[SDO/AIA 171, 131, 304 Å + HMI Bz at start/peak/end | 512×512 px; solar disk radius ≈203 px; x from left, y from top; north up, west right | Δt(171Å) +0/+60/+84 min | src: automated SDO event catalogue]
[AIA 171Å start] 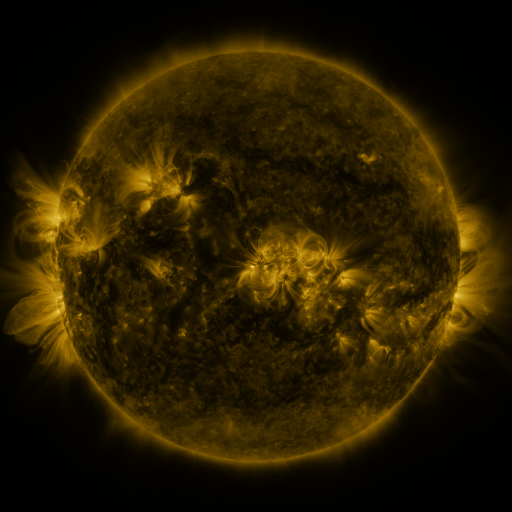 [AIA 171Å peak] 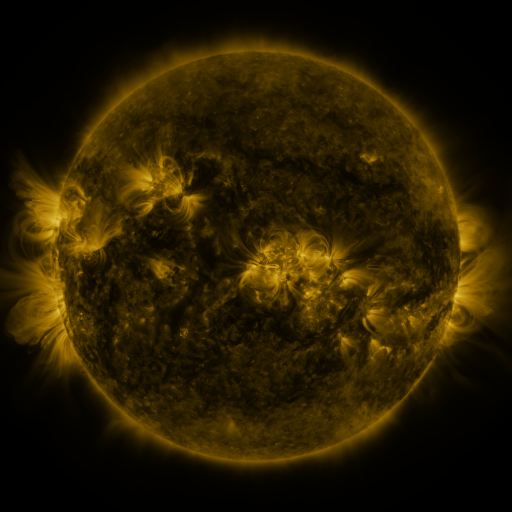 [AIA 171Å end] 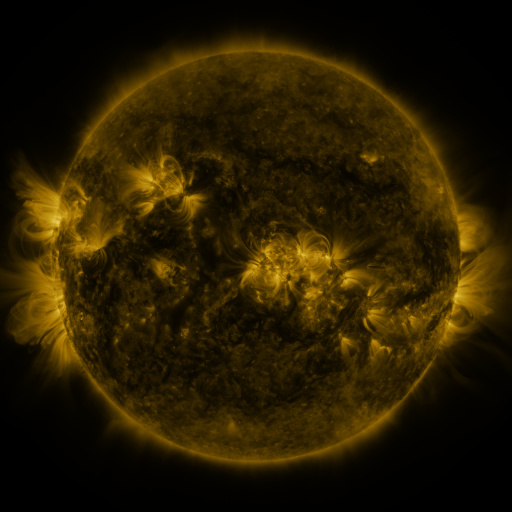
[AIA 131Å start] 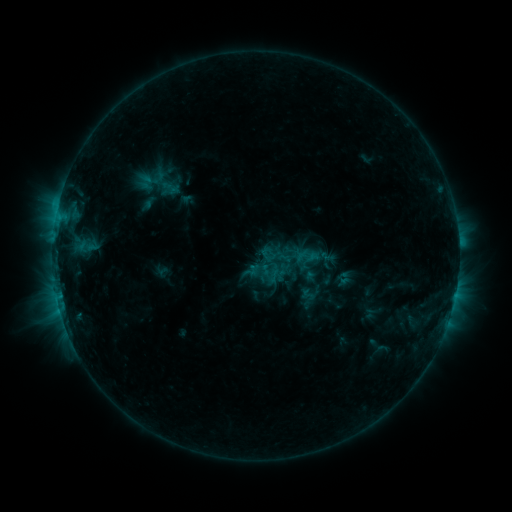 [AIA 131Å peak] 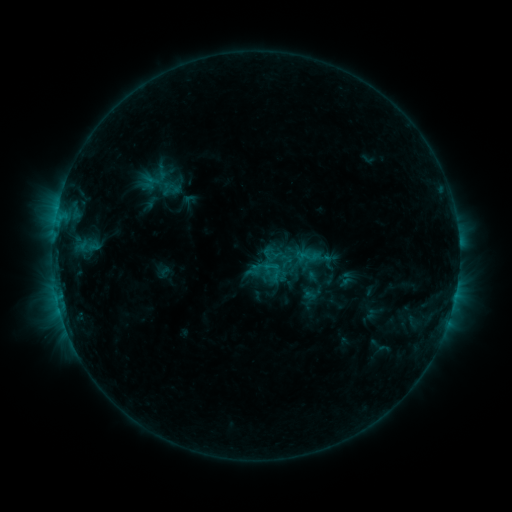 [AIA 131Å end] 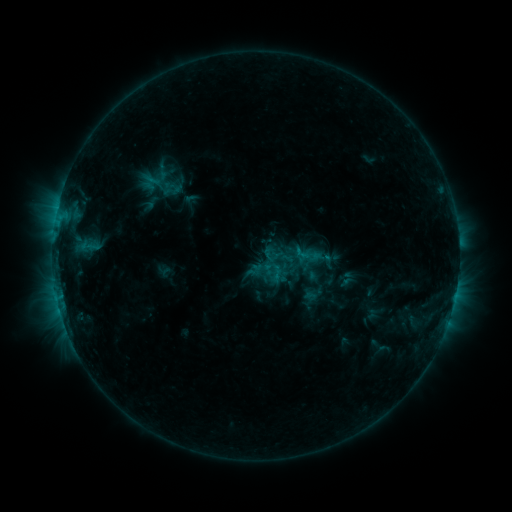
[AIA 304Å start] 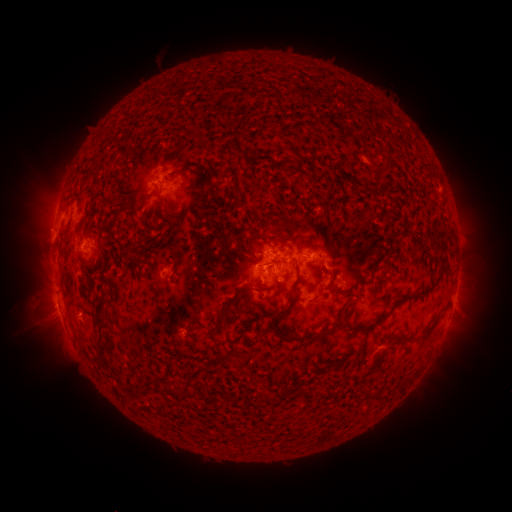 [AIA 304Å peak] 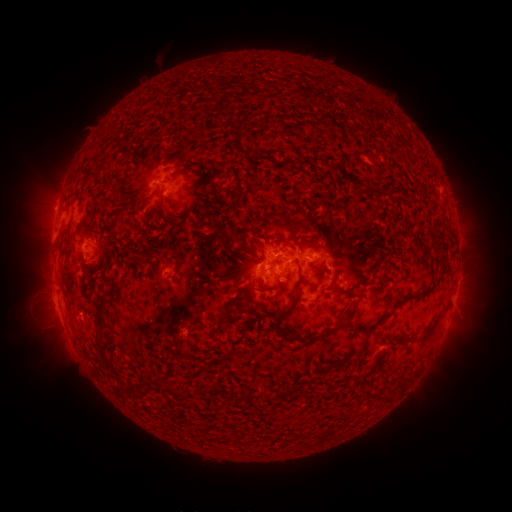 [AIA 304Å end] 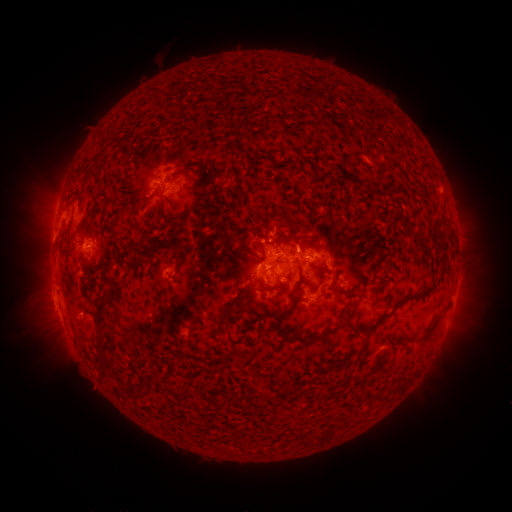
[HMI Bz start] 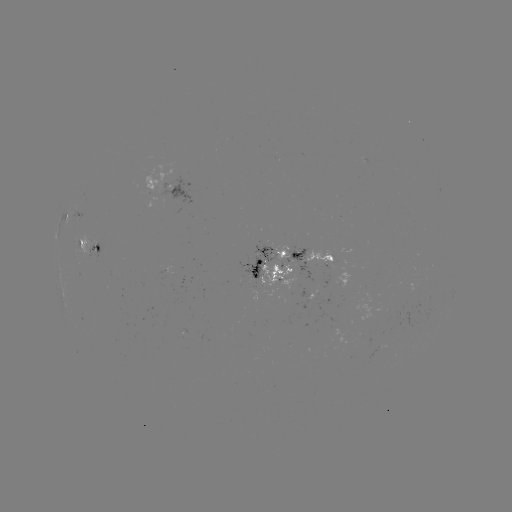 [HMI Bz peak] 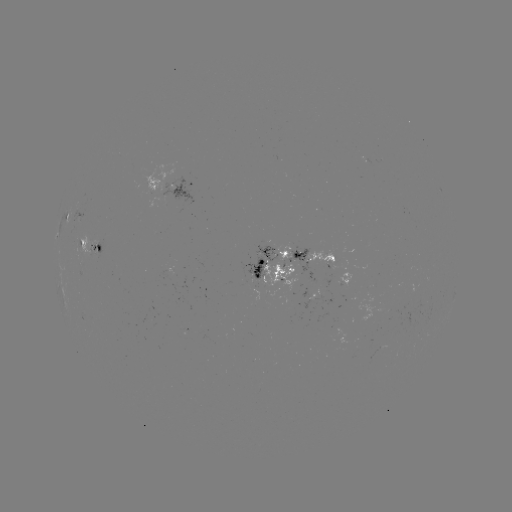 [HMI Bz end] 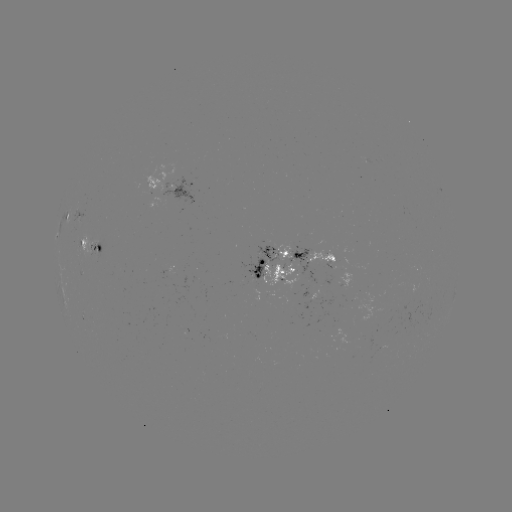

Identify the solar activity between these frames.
emerging-flux region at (325, 260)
